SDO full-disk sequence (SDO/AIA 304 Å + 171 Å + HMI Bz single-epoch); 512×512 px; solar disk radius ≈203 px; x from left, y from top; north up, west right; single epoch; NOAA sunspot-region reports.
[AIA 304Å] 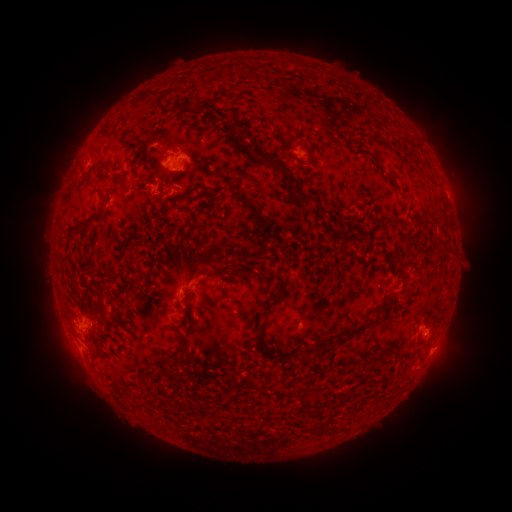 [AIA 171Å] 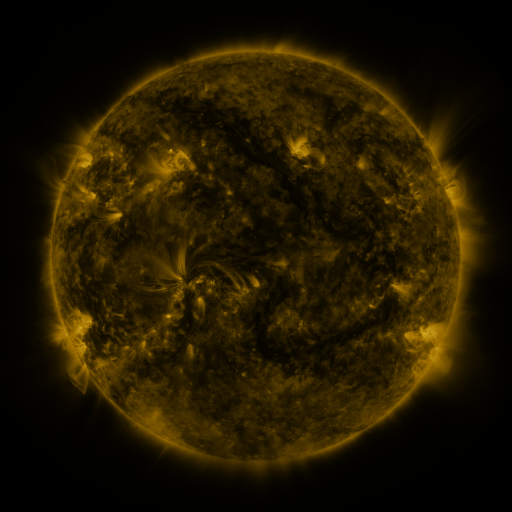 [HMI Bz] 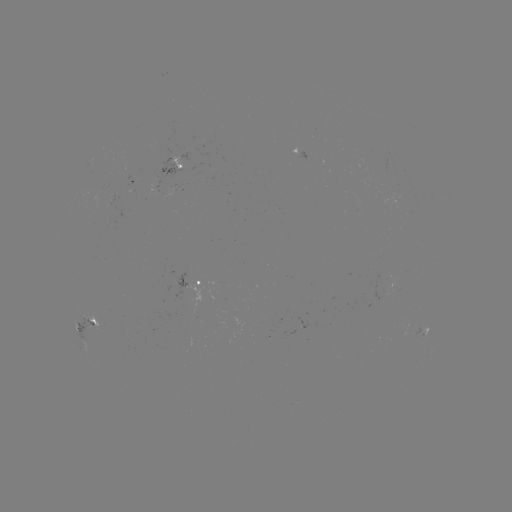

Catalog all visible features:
spotted active region: (174, 165)
spotted active region: (139, 174)
spotted active region: (204, 282)
spotted active region: (91, 327)
spotted active region: (423, 328)
